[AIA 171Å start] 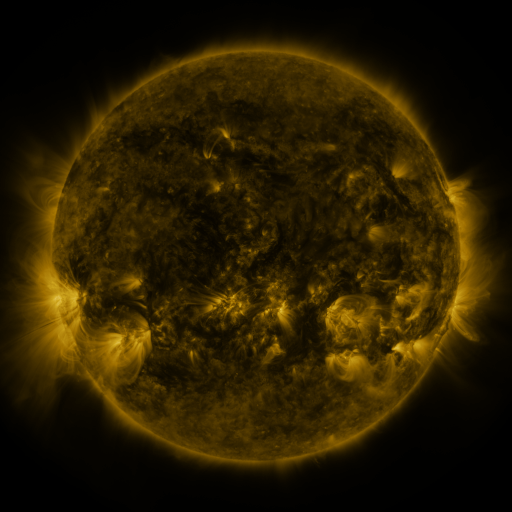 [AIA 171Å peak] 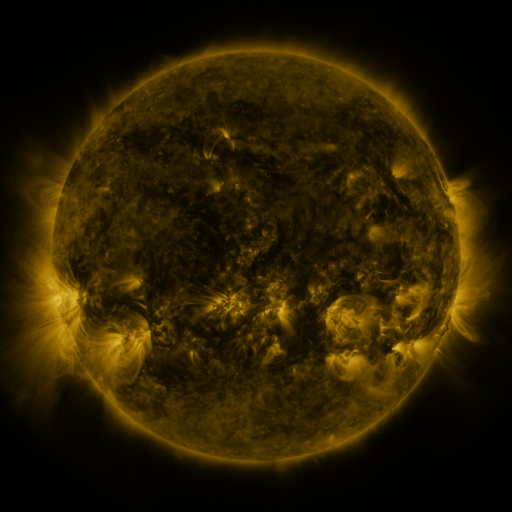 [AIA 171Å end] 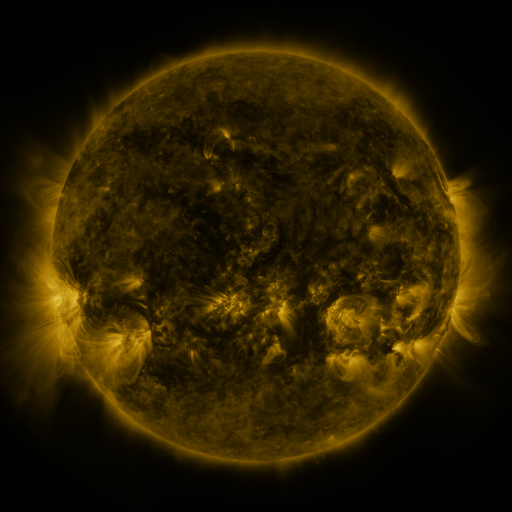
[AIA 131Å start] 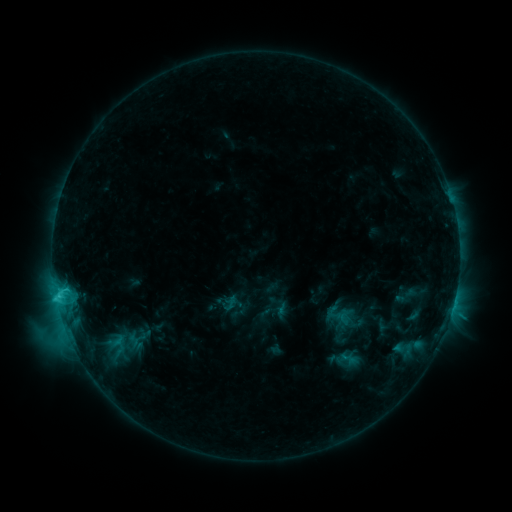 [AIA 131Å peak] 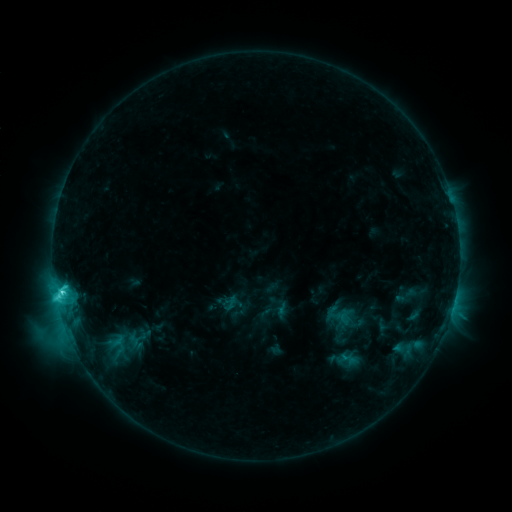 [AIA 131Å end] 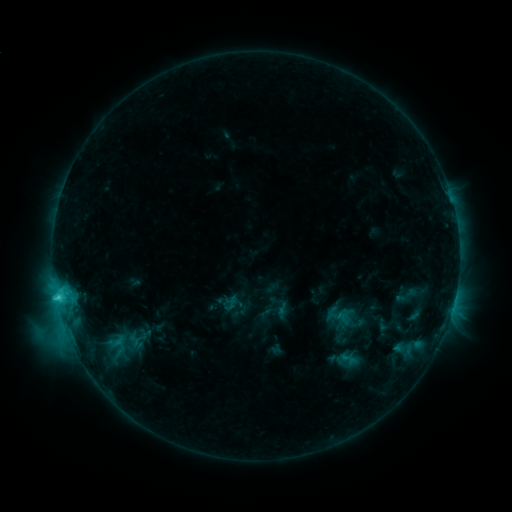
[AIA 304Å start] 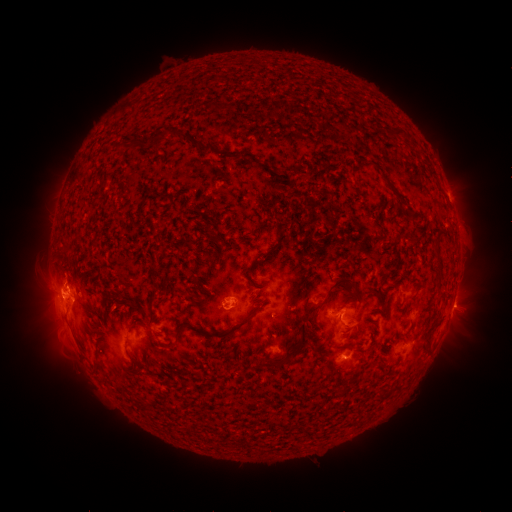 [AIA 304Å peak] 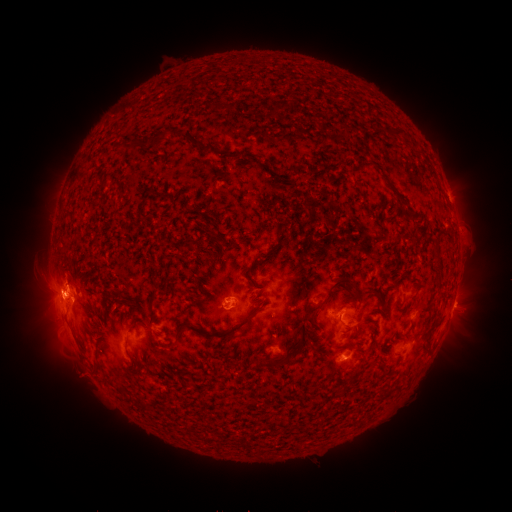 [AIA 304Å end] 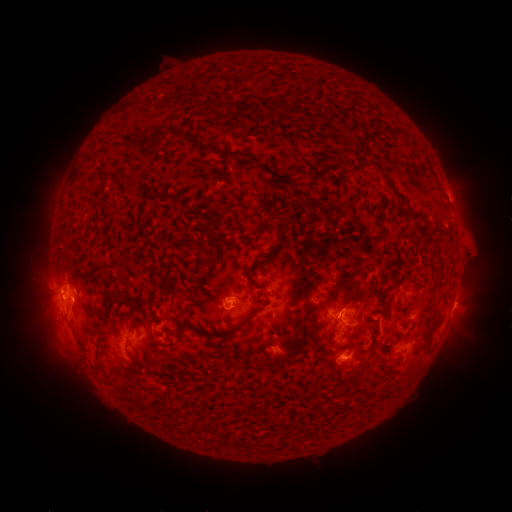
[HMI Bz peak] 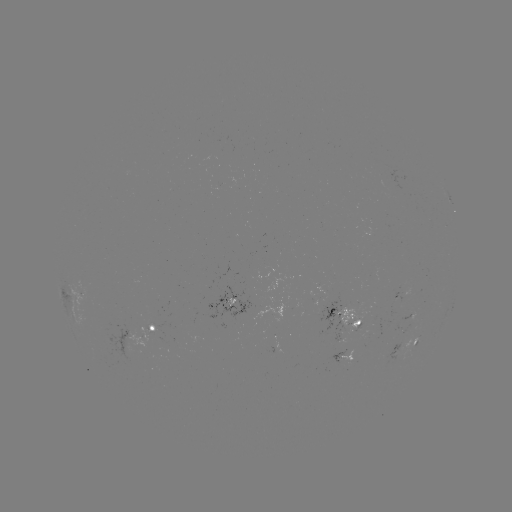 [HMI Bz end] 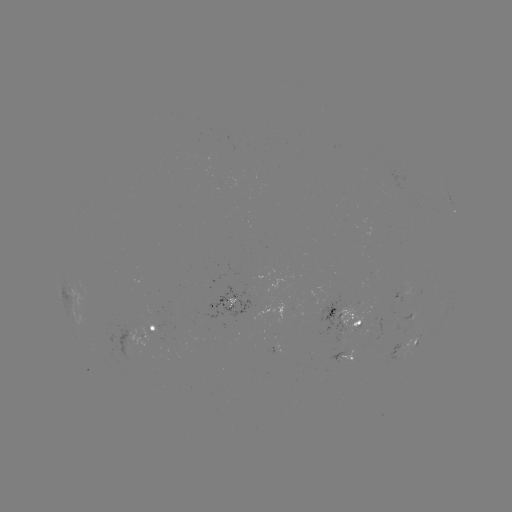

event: flare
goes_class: C5.8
